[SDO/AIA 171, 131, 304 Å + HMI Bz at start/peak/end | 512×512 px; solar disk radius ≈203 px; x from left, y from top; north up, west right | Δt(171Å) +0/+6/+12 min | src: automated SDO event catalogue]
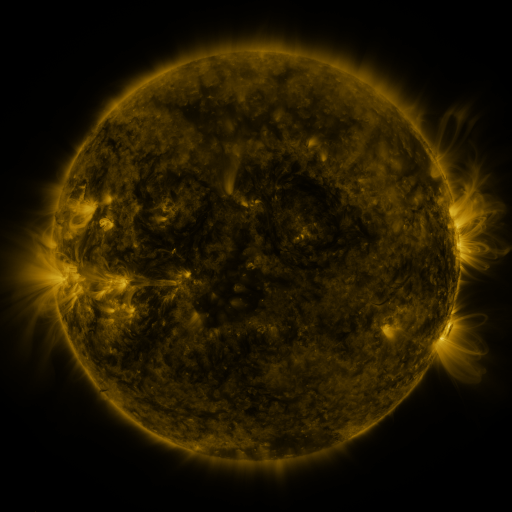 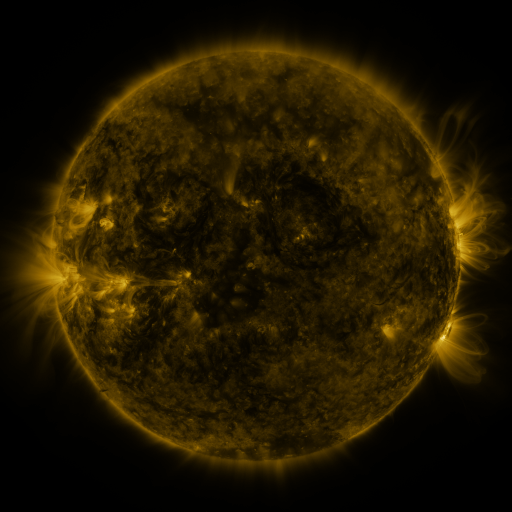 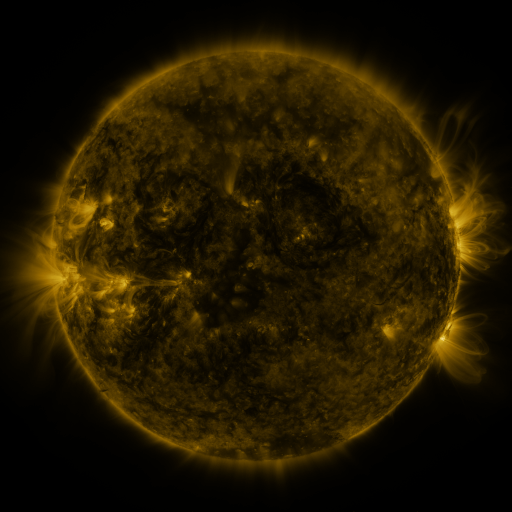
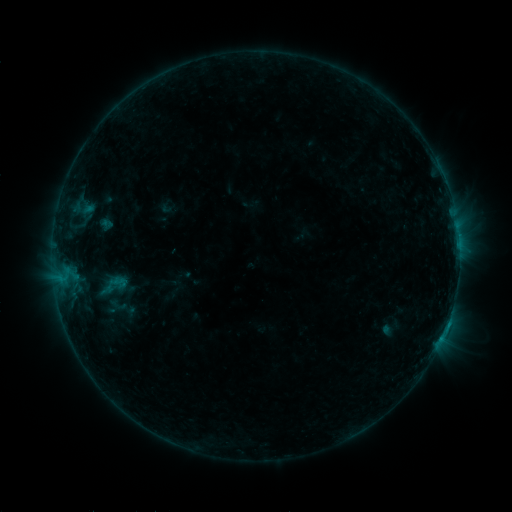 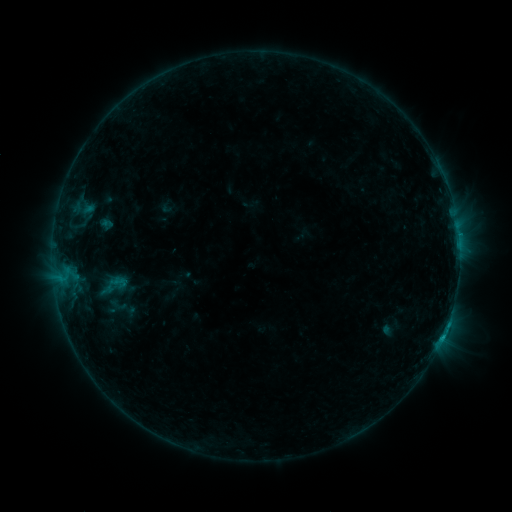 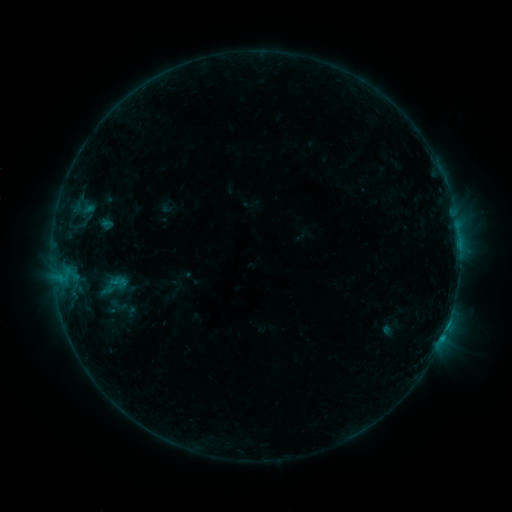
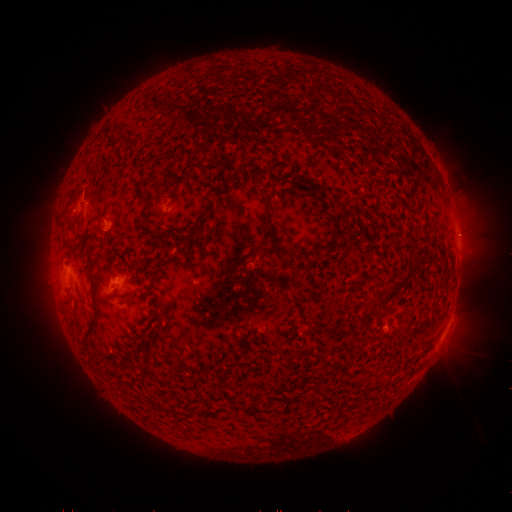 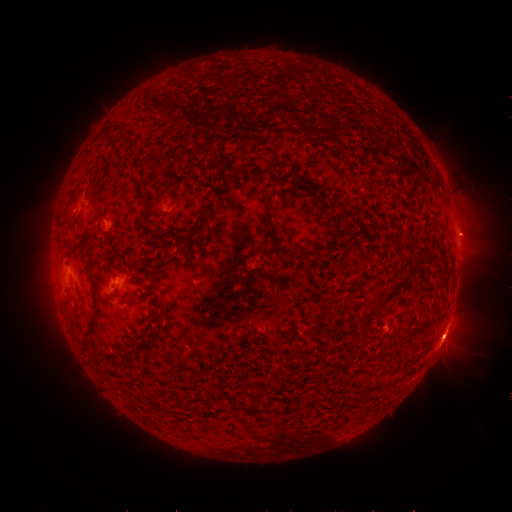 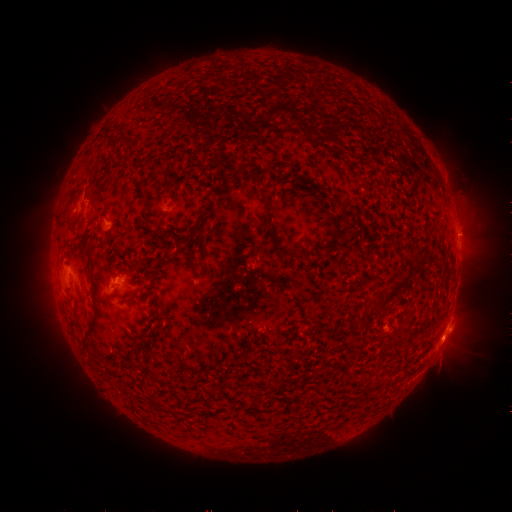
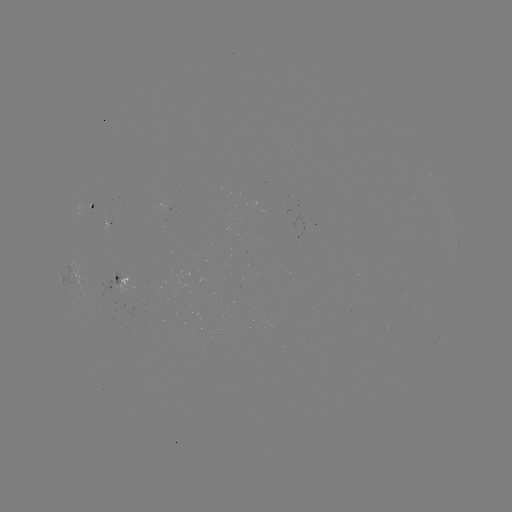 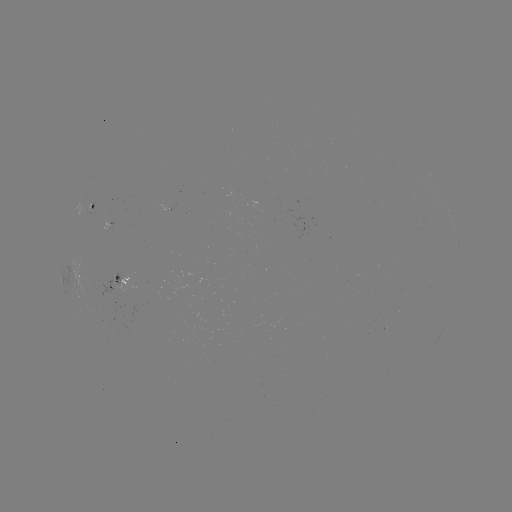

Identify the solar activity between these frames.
eruption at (455, 333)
